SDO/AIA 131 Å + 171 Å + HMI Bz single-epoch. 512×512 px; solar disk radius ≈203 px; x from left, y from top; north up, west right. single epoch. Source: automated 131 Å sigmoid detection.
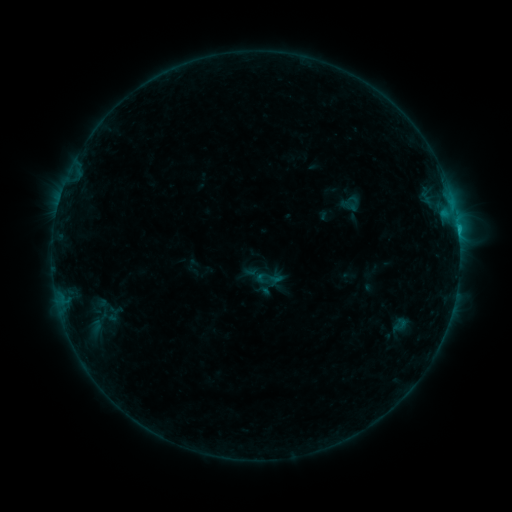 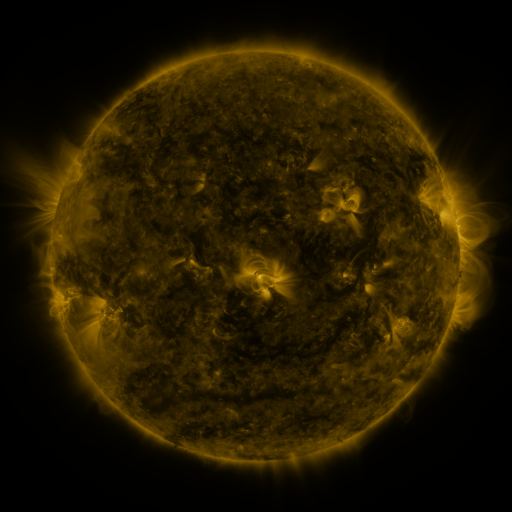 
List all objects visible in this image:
sigmoid: (267, 279)
